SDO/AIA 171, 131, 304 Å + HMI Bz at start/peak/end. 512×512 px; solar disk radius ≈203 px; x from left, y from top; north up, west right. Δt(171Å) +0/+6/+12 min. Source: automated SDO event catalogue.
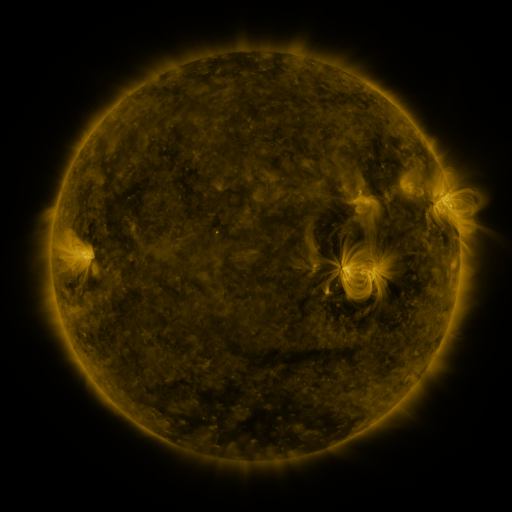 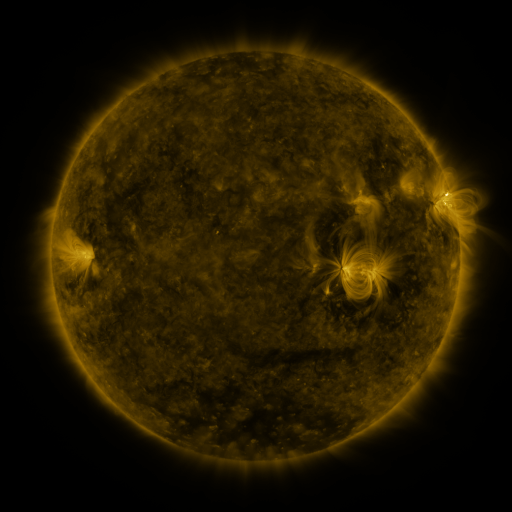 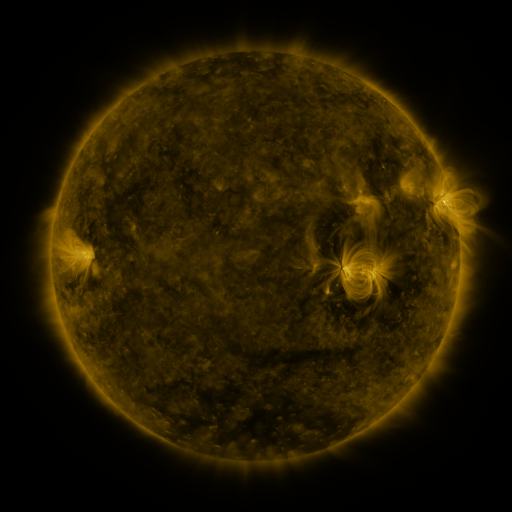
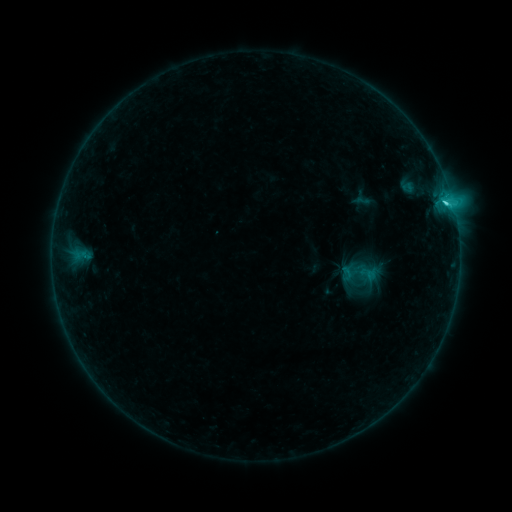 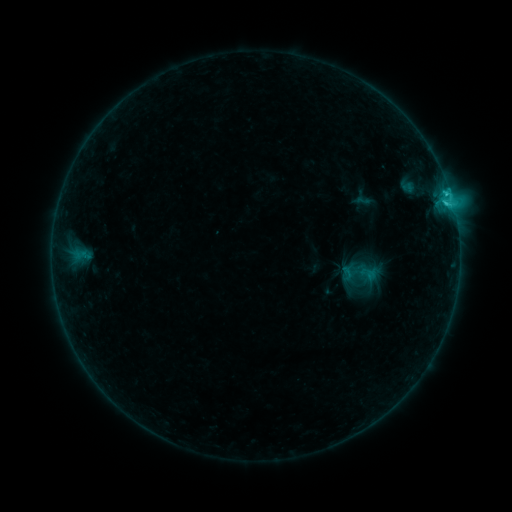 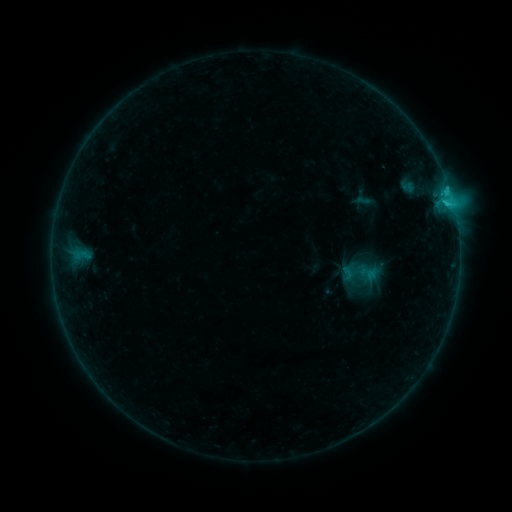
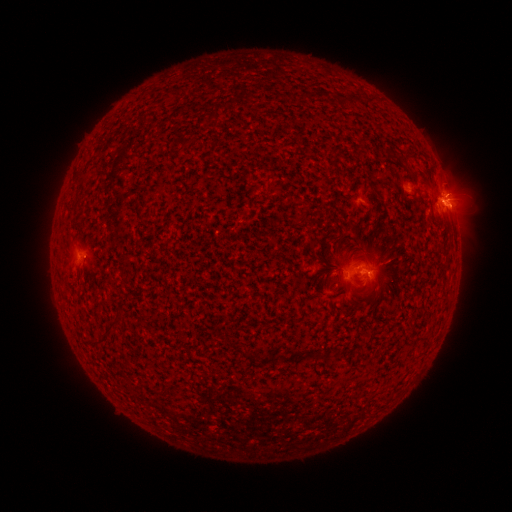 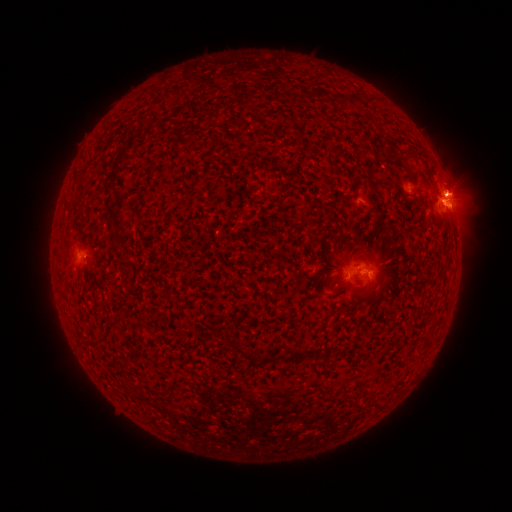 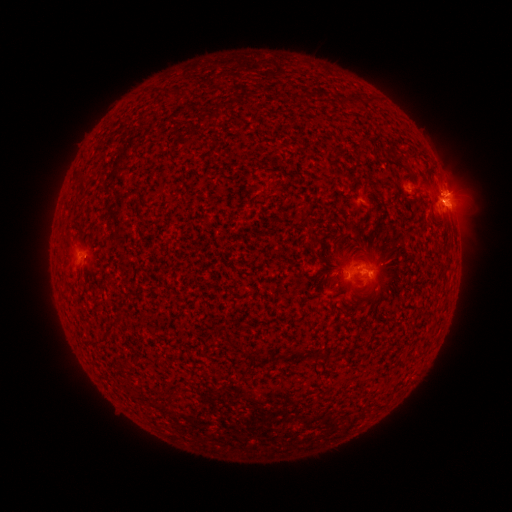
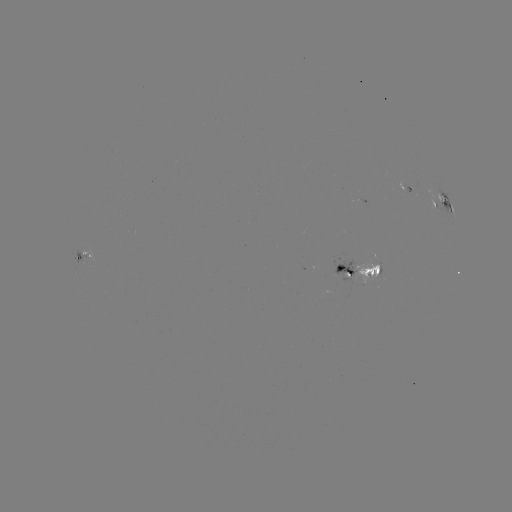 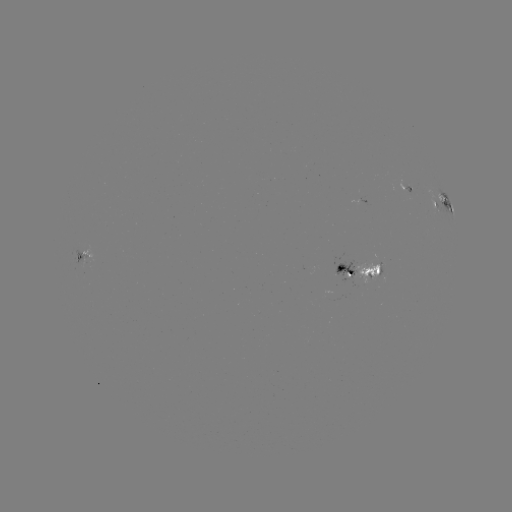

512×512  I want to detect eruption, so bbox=[423, 161, 478, 206].